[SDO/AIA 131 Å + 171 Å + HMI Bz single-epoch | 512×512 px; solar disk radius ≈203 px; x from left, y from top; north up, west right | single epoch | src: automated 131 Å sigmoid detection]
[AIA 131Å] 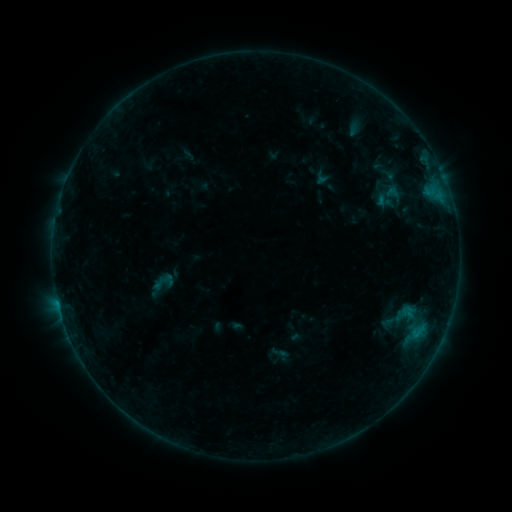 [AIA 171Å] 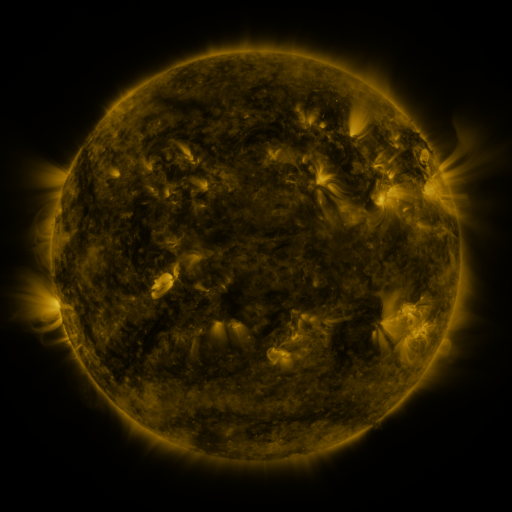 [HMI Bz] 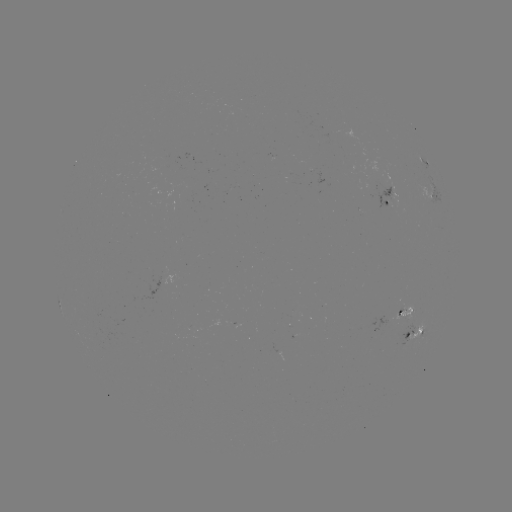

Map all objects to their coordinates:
sigmoid: [393, 301, 415, 327]
